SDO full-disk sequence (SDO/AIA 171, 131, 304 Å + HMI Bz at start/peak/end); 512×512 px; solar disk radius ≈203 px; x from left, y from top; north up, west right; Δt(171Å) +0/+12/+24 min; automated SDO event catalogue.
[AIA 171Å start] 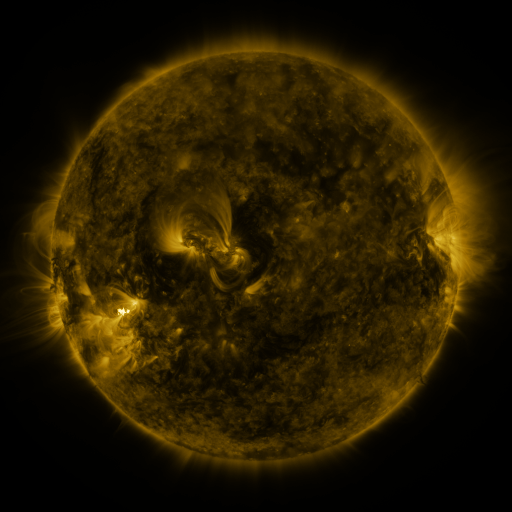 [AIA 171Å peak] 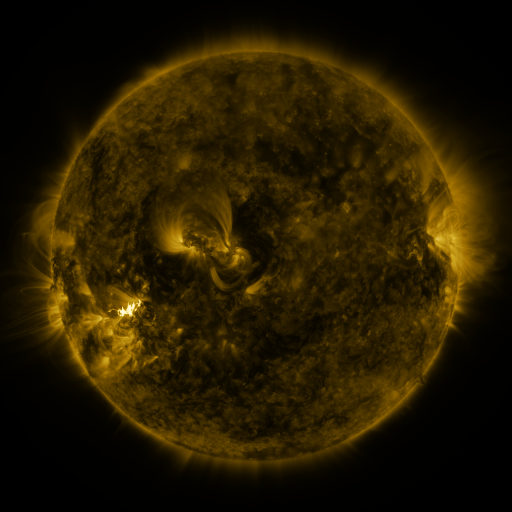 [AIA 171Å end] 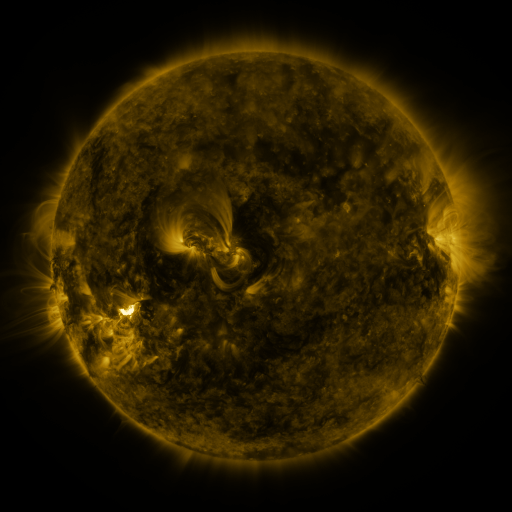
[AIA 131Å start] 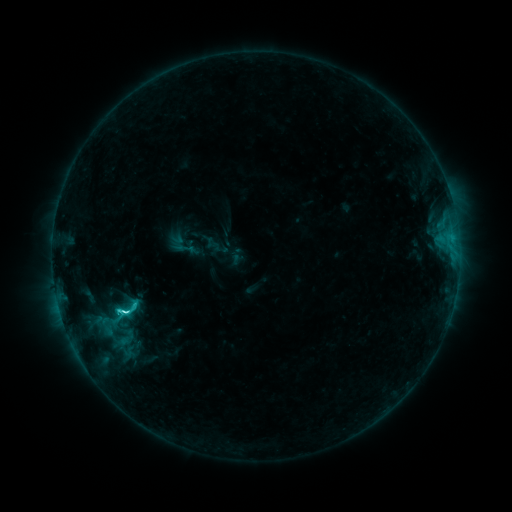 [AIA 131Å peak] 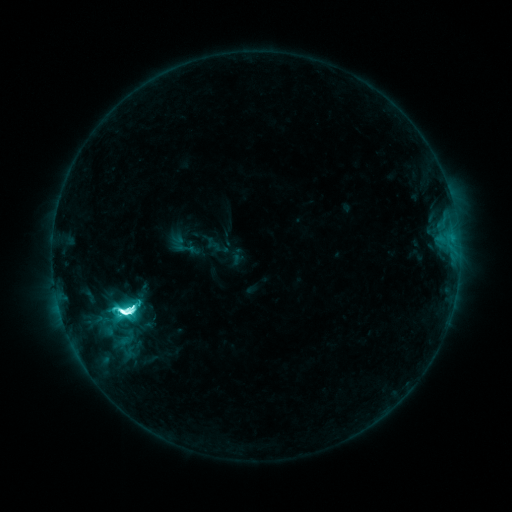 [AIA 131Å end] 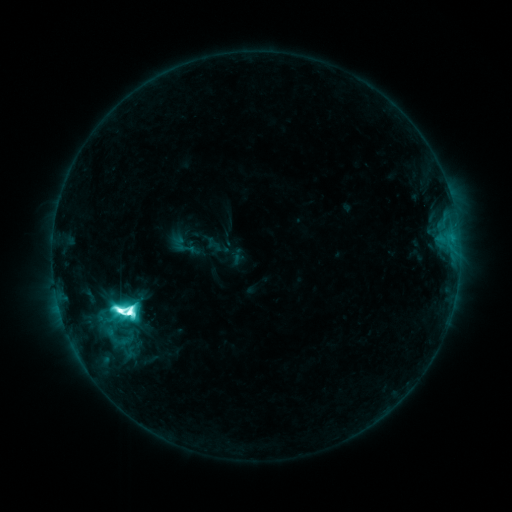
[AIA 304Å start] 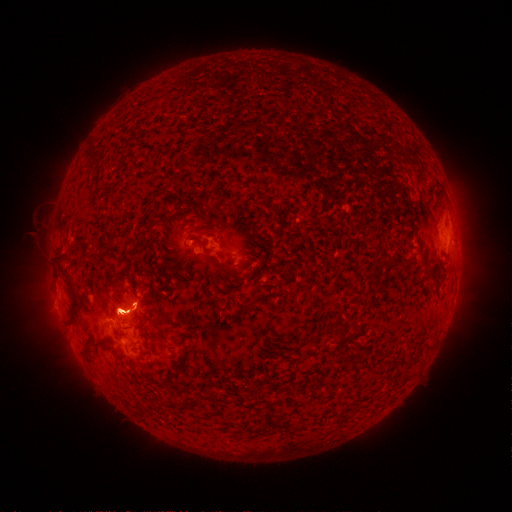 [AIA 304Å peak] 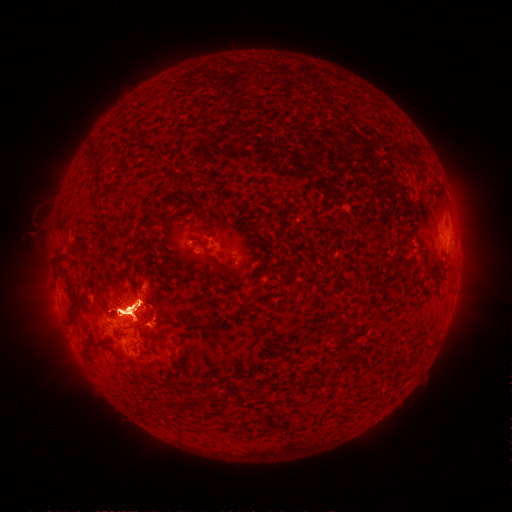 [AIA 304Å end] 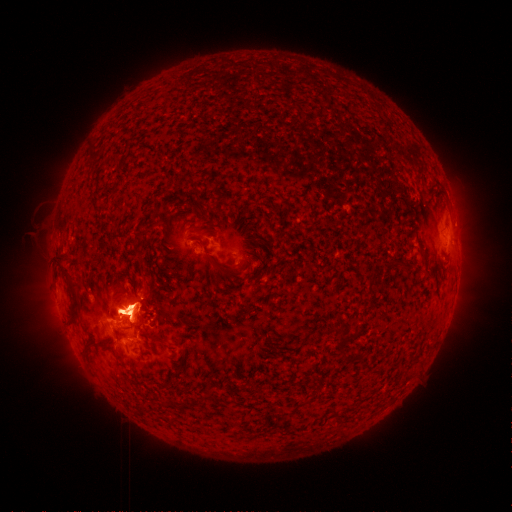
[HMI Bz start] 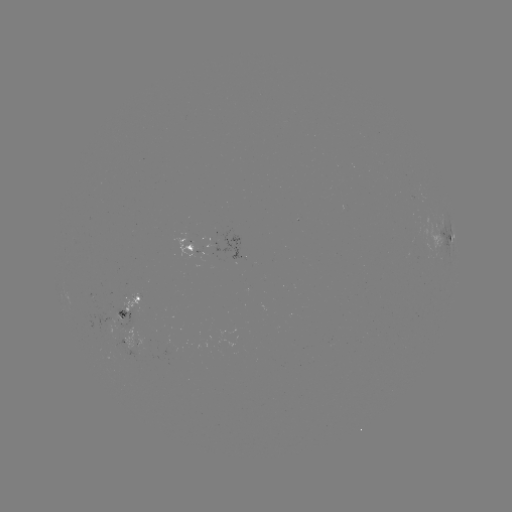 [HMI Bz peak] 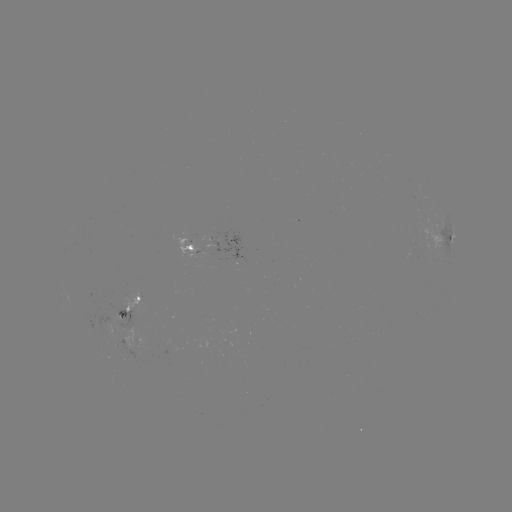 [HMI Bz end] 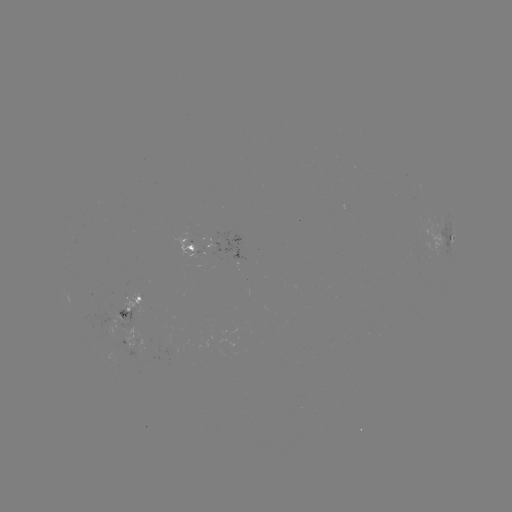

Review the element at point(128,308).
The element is eruption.